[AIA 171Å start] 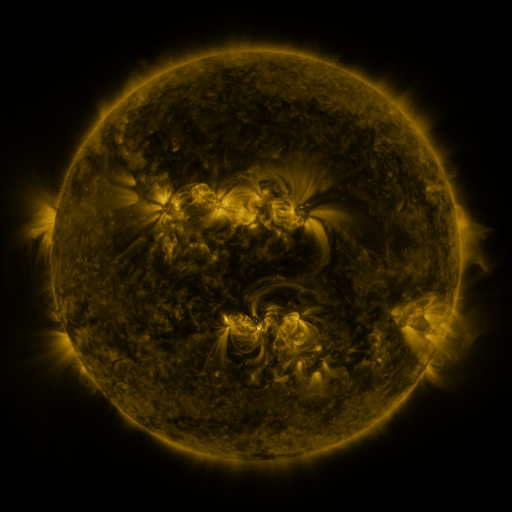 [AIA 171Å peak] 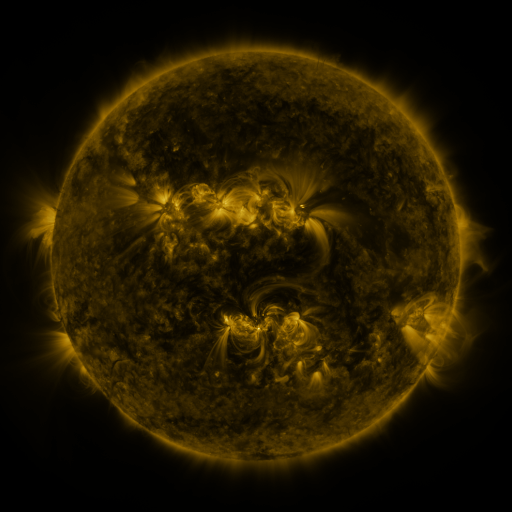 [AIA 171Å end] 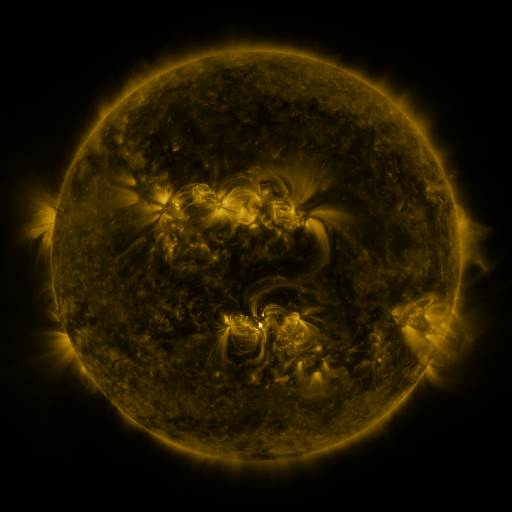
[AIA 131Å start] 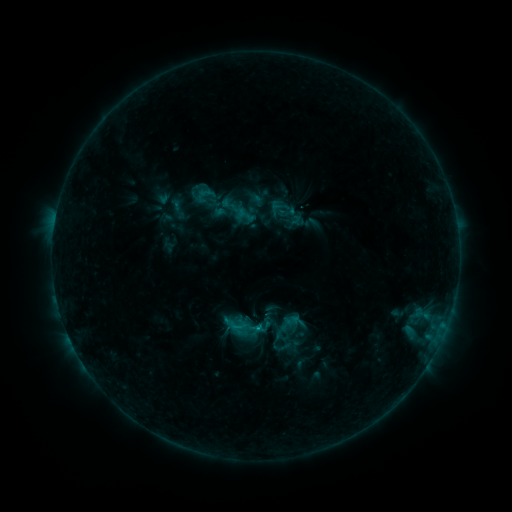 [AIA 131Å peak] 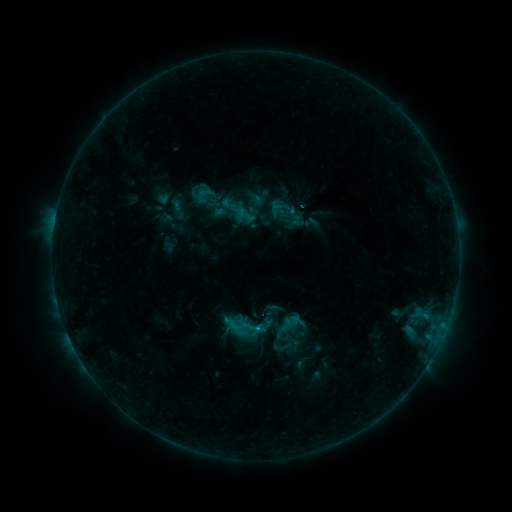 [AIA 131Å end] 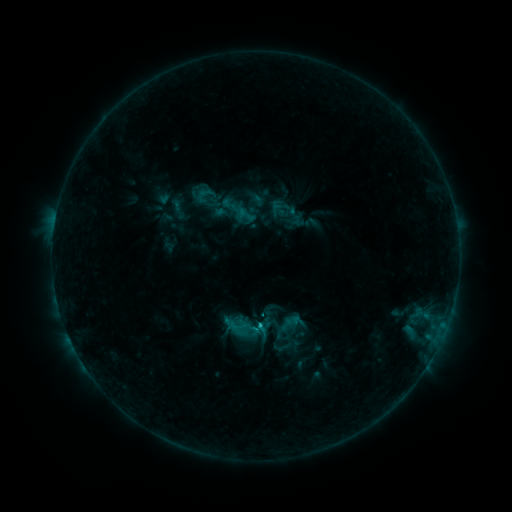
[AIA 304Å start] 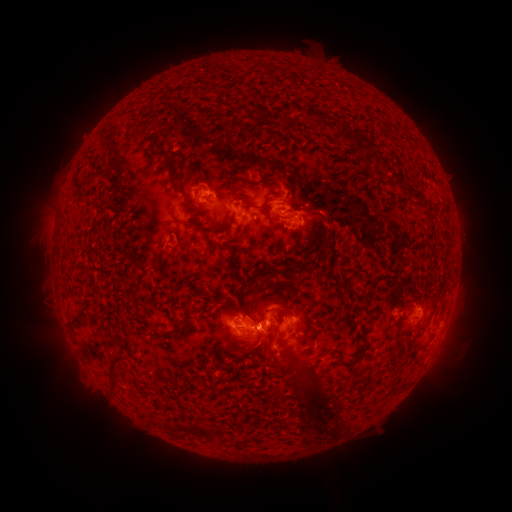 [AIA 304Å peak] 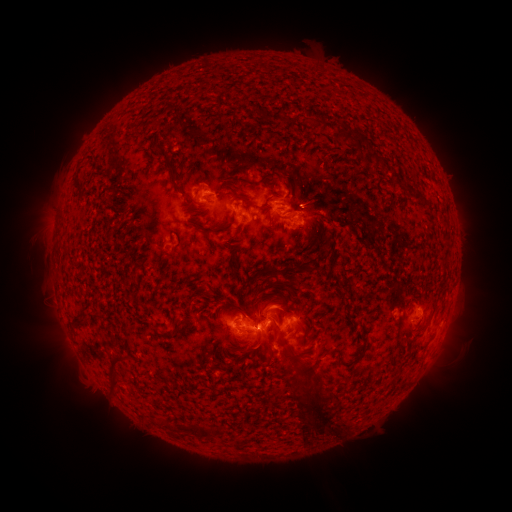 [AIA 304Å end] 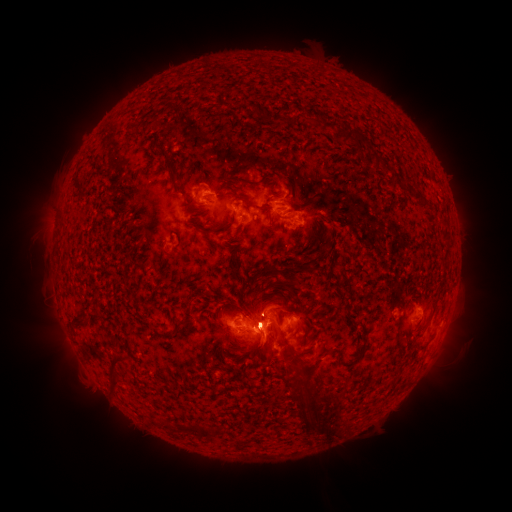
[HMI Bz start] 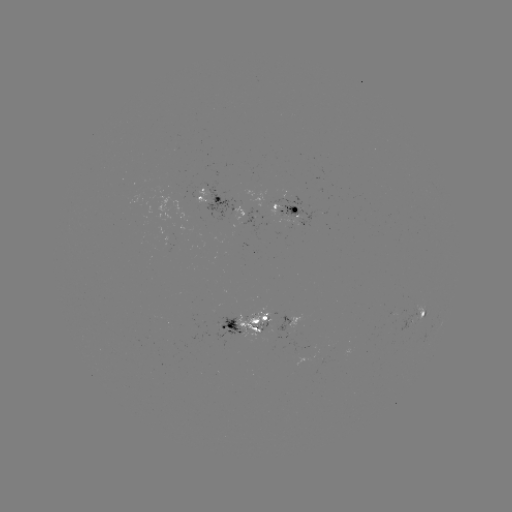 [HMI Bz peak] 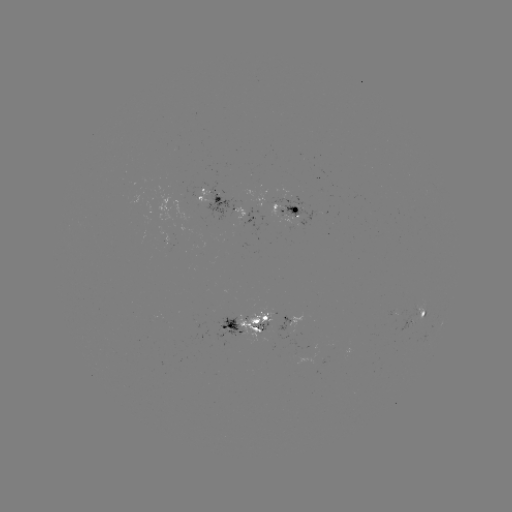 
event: flare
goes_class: C2.6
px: (256, 326)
